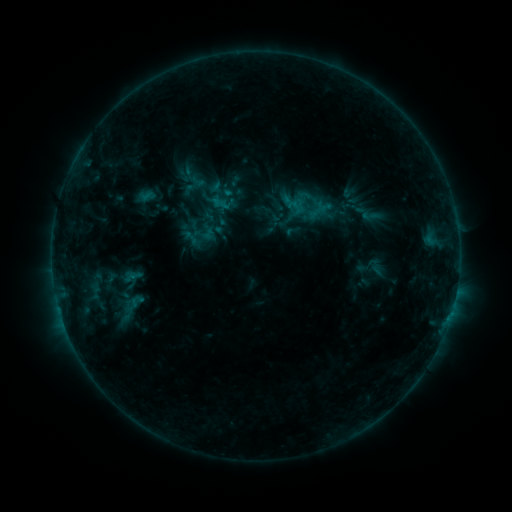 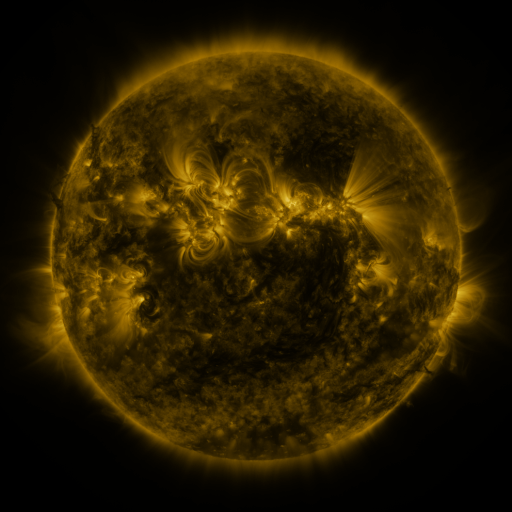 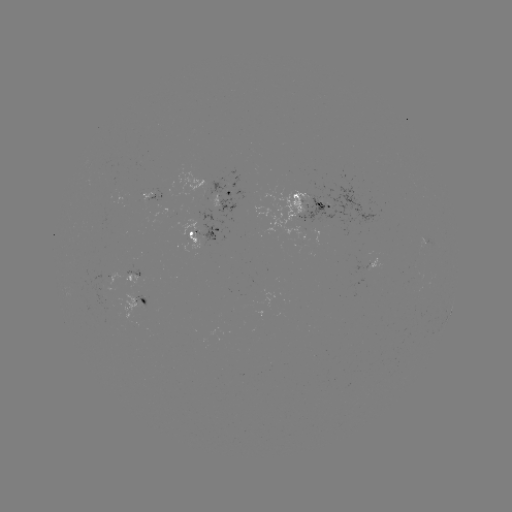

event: sigmoid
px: (370, 216)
